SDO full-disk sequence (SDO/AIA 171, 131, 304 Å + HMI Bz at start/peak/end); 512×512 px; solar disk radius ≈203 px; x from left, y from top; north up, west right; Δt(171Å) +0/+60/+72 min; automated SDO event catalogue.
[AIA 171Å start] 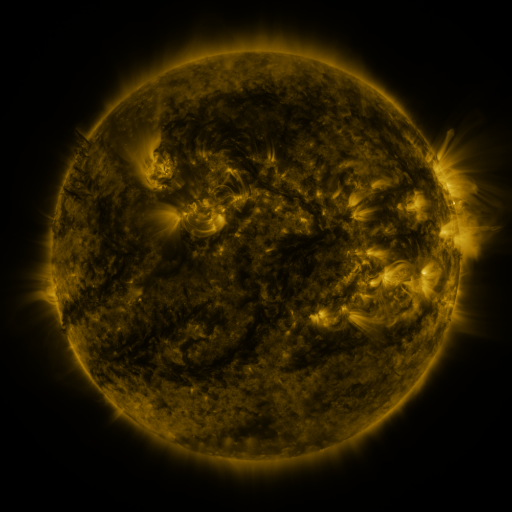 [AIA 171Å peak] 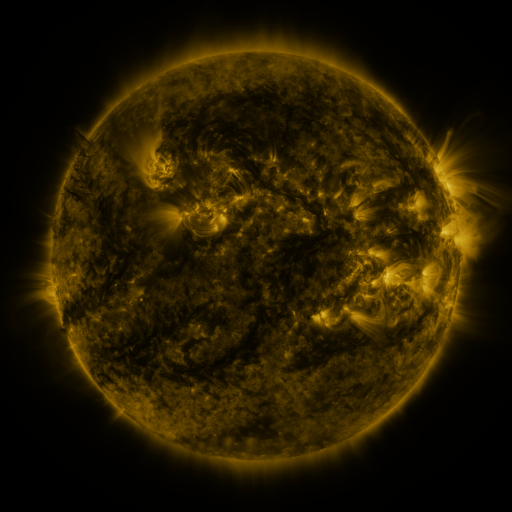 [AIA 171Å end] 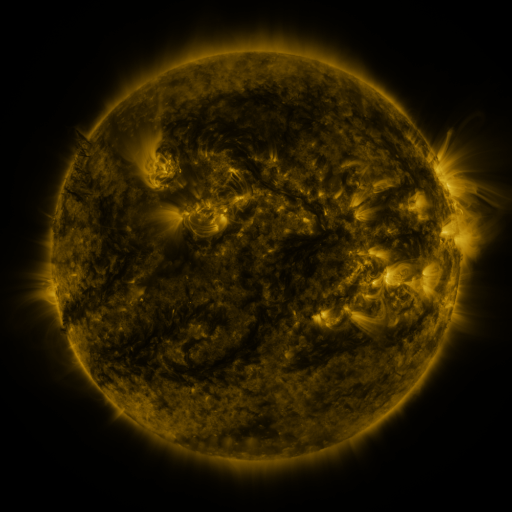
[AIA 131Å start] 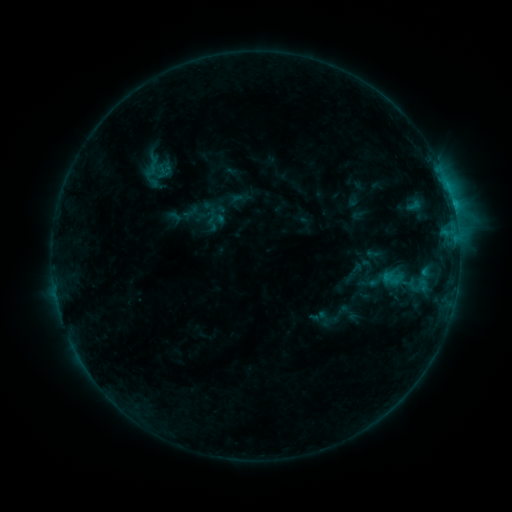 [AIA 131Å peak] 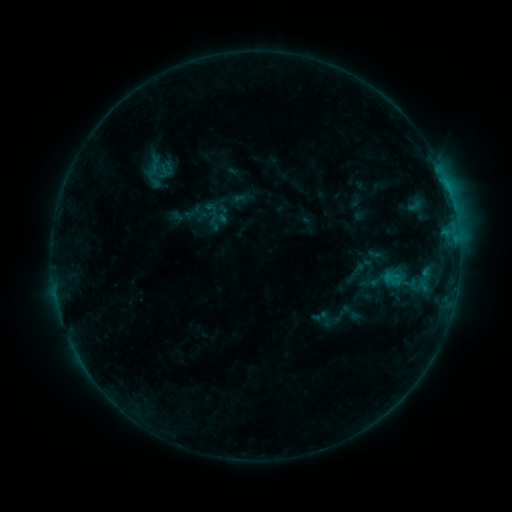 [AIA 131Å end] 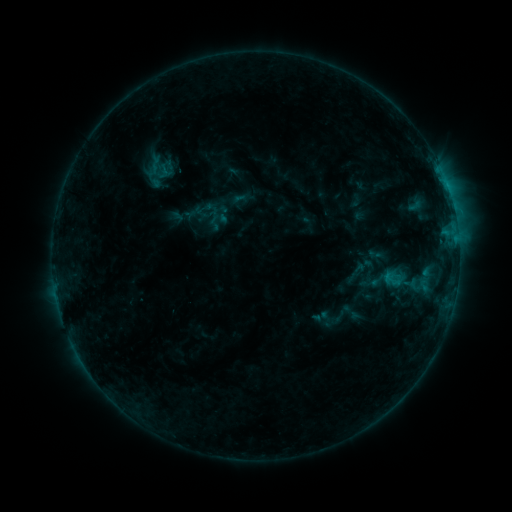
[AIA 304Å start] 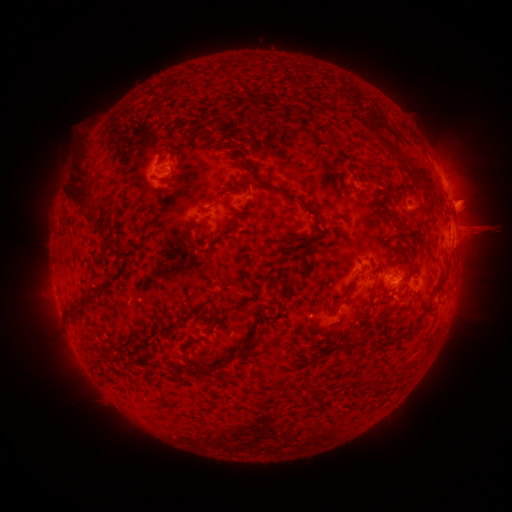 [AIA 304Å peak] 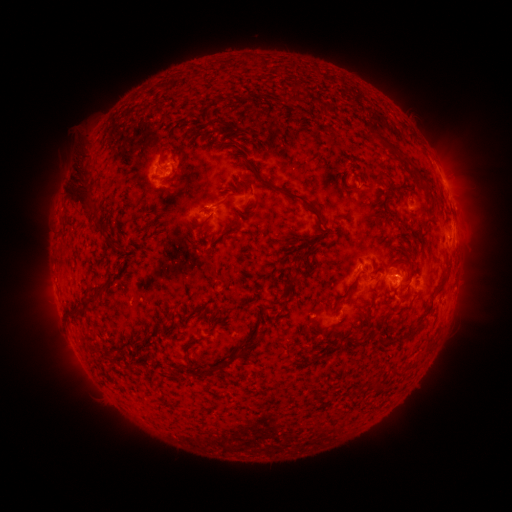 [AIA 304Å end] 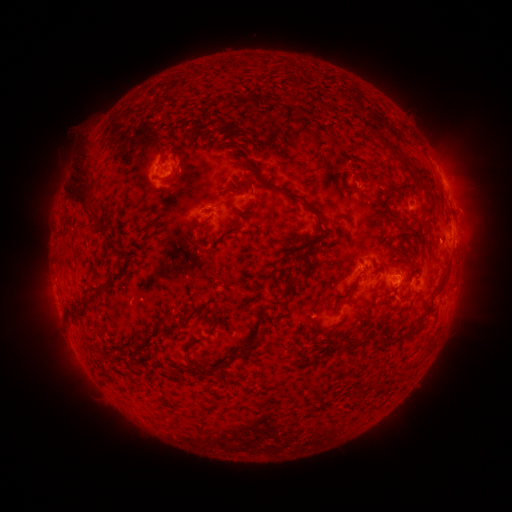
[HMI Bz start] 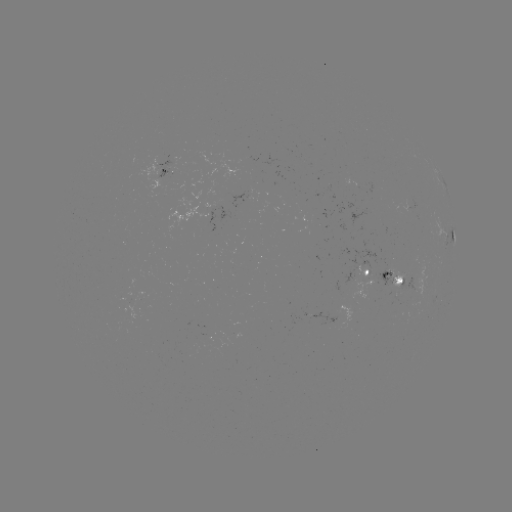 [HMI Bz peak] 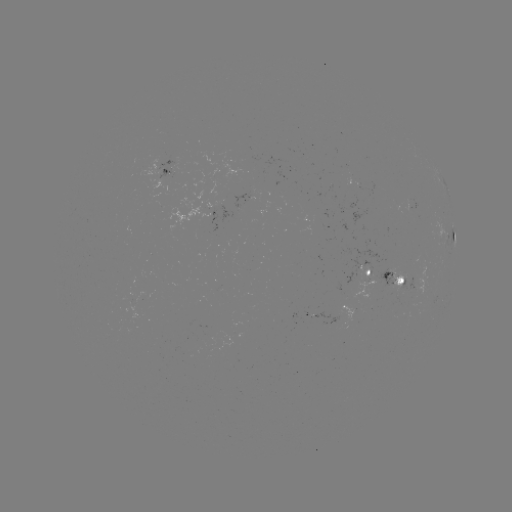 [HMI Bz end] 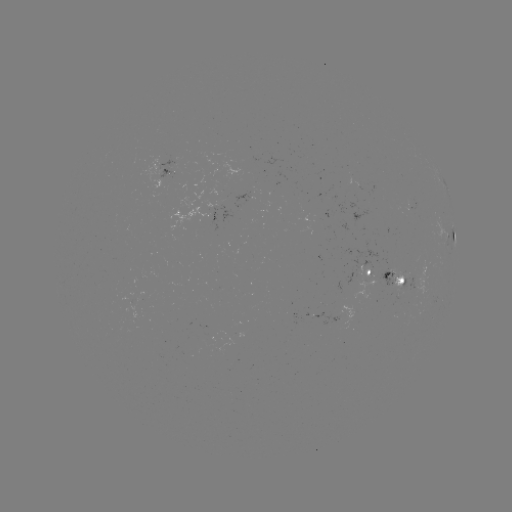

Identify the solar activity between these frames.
emerging-flux region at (366, 285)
